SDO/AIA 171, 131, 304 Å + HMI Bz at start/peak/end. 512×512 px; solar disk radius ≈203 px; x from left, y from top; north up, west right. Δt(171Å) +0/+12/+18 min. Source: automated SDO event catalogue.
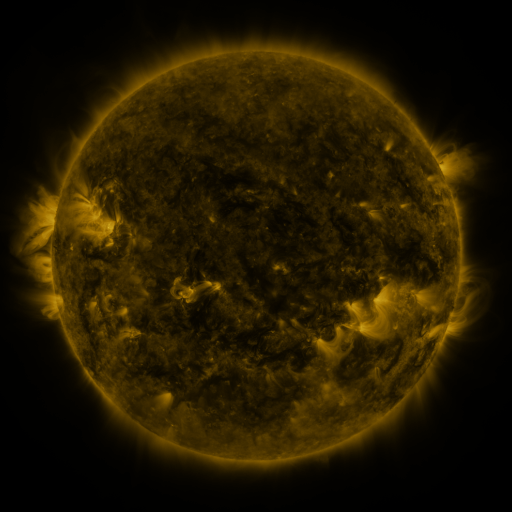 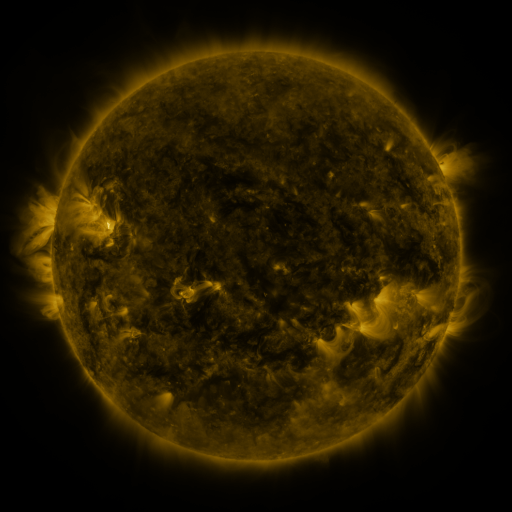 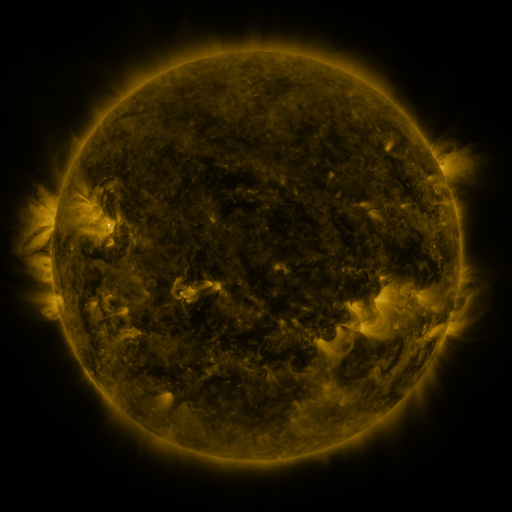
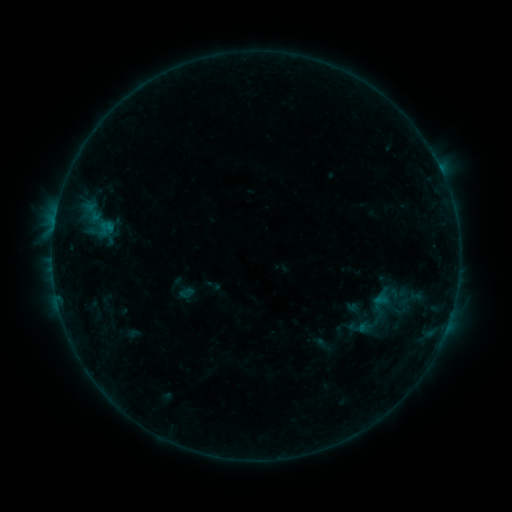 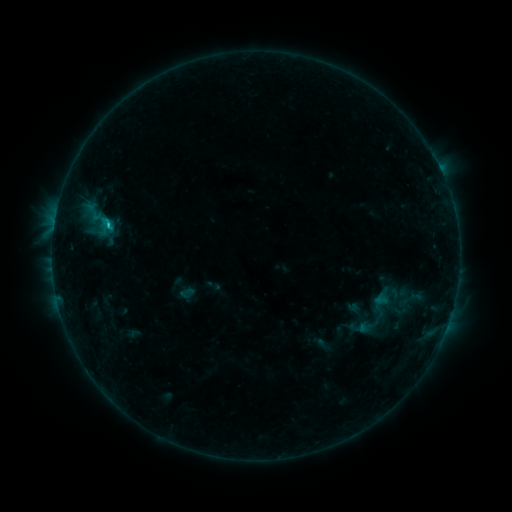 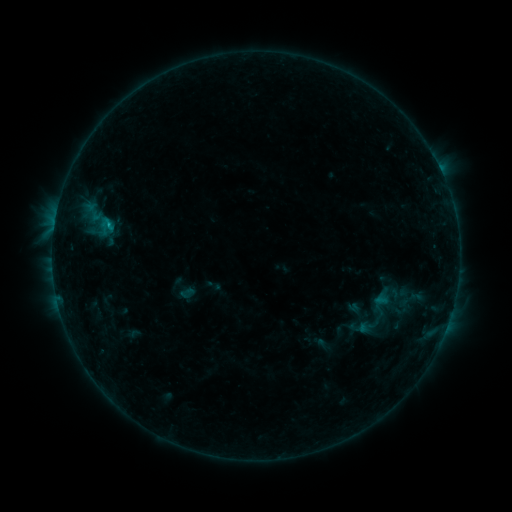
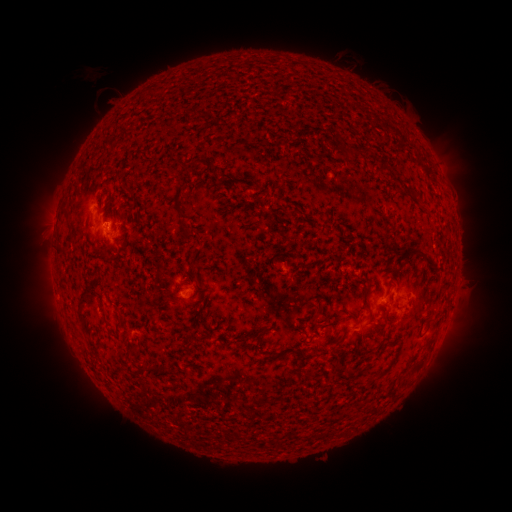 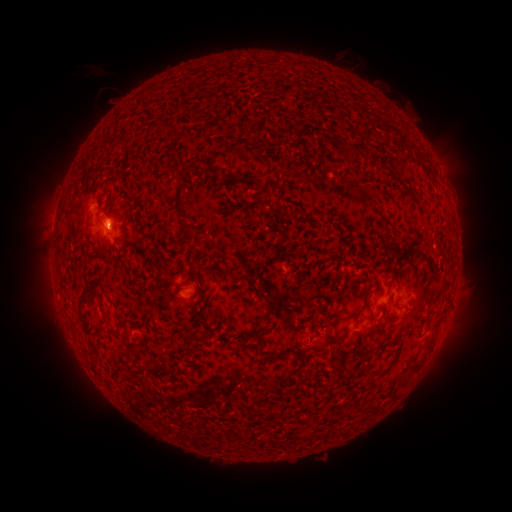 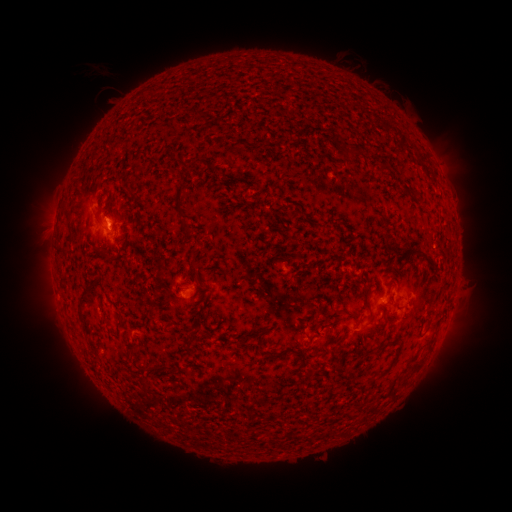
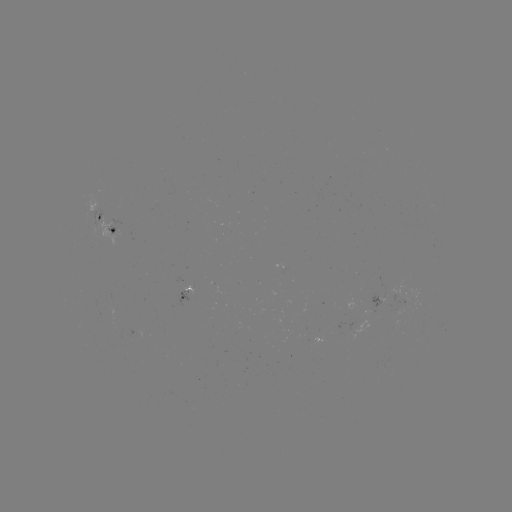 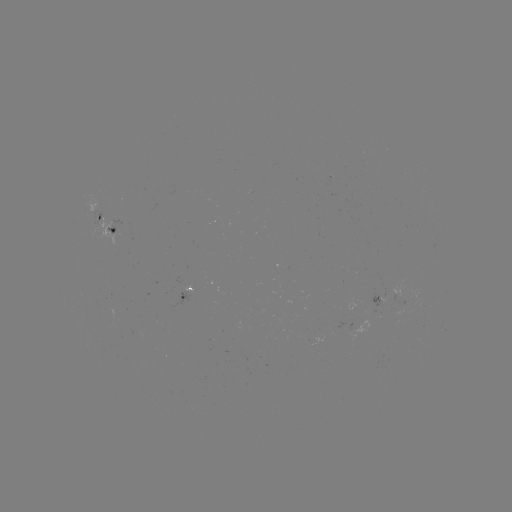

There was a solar flare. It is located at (109, 225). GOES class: C1.2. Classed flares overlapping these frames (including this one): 1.